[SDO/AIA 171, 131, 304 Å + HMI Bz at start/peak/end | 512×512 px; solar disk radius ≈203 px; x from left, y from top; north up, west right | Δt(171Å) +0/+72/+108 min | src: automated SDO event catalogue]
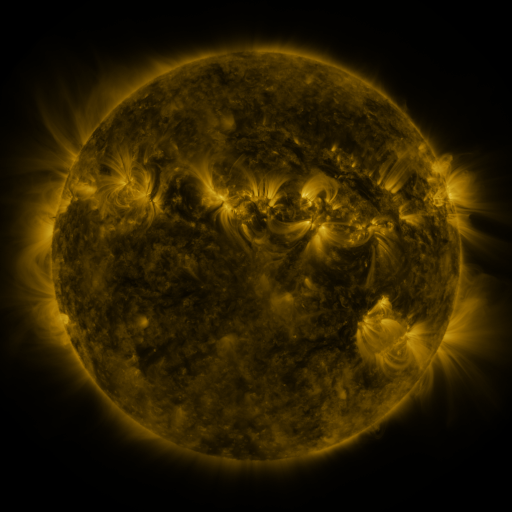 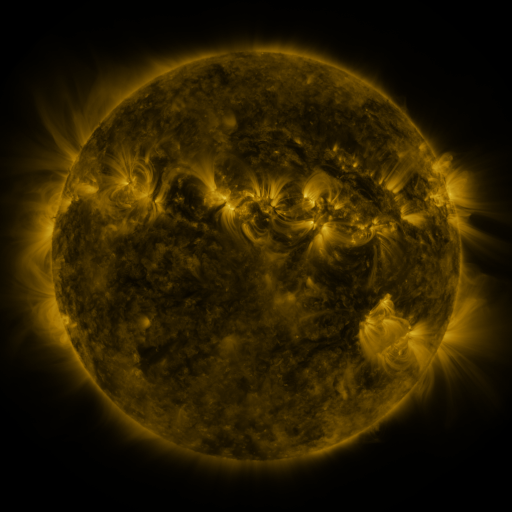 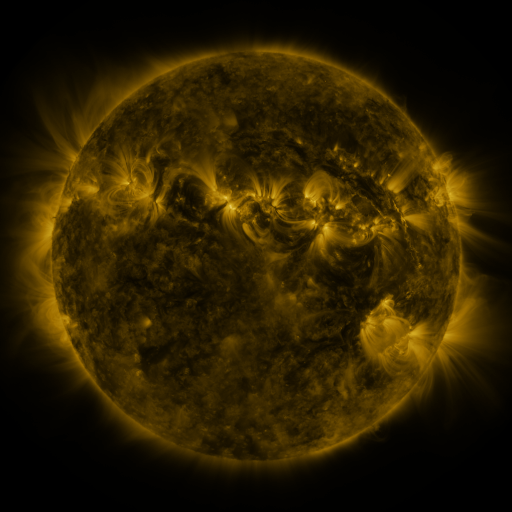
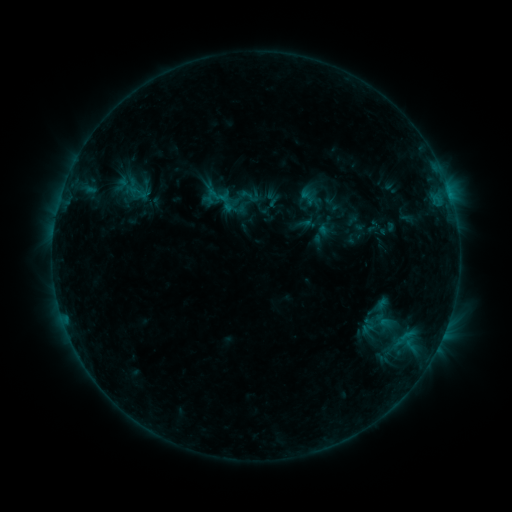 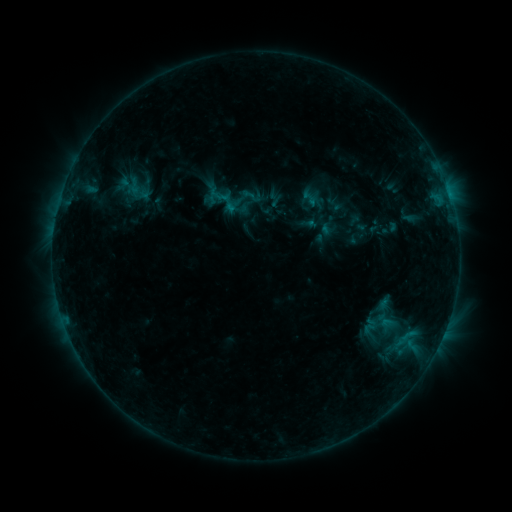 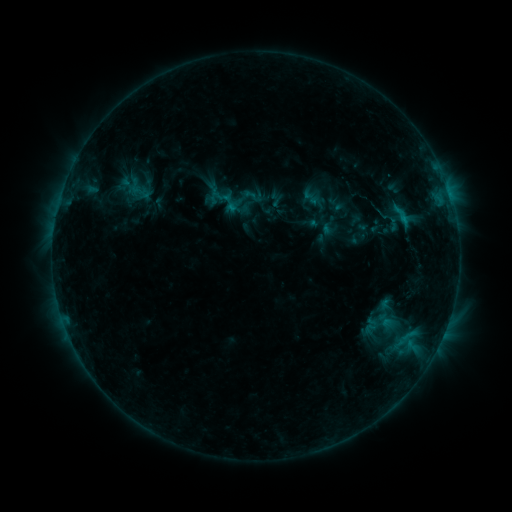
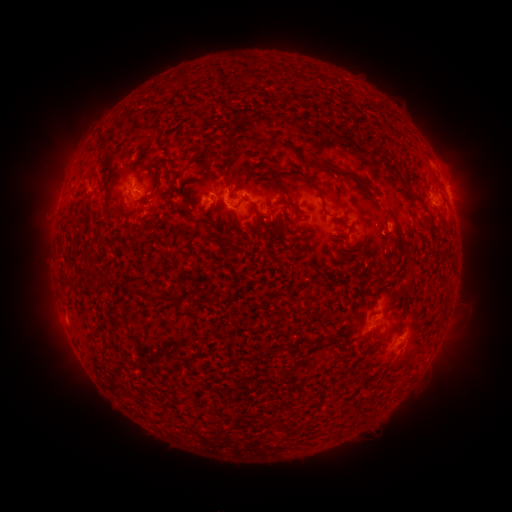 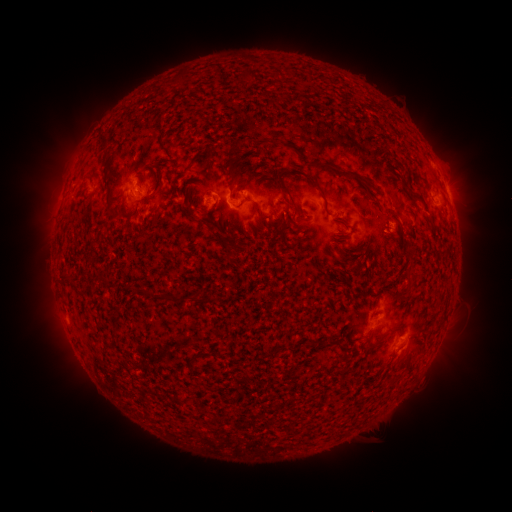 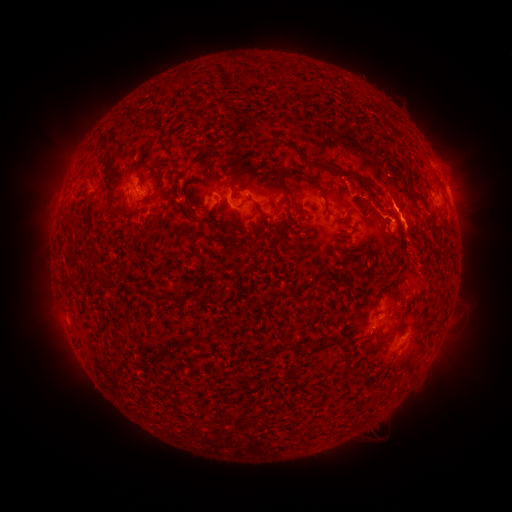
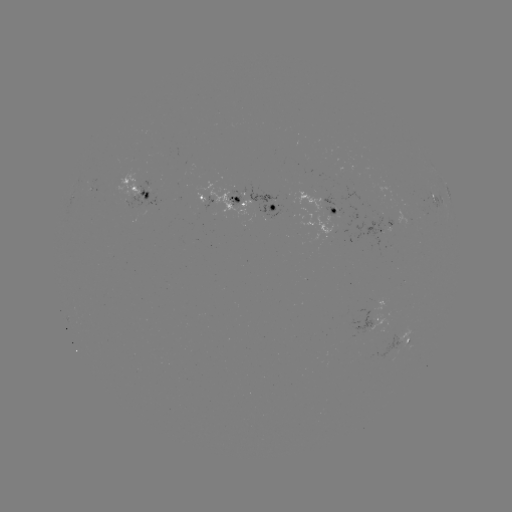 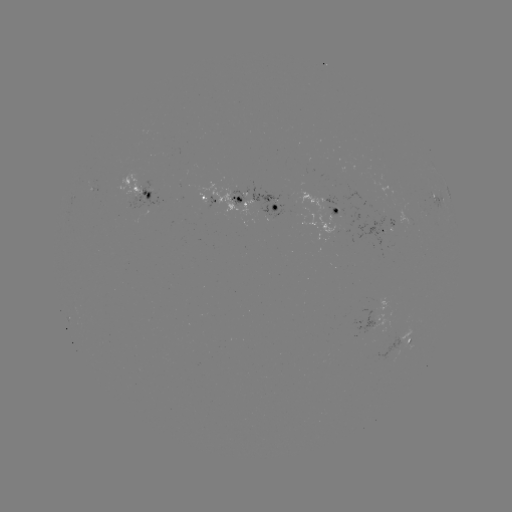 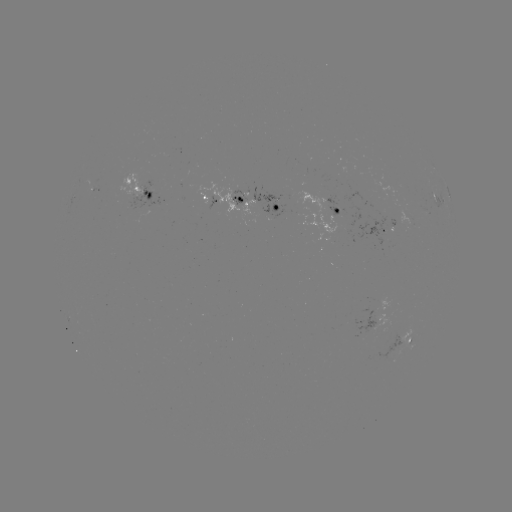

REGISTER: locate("emerging-flux region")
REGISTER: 147,193